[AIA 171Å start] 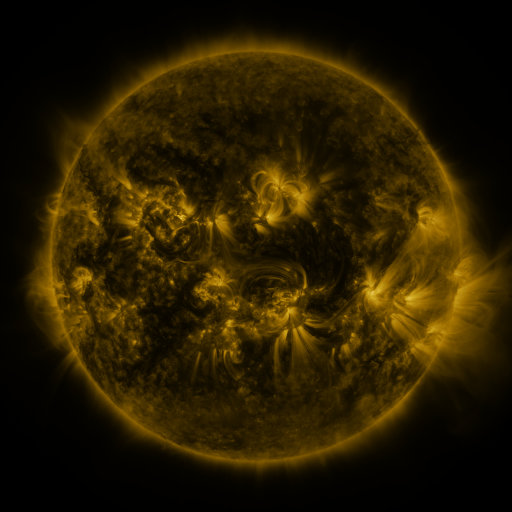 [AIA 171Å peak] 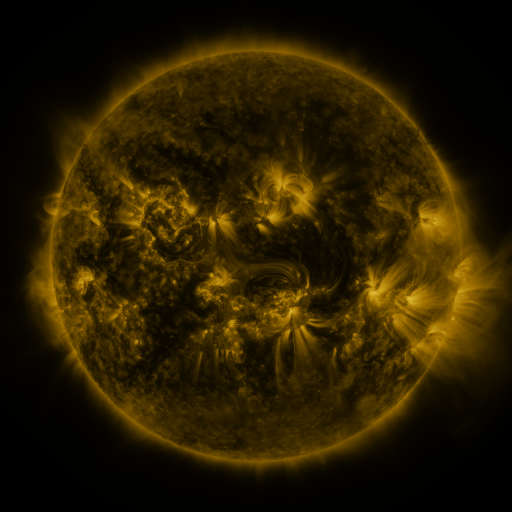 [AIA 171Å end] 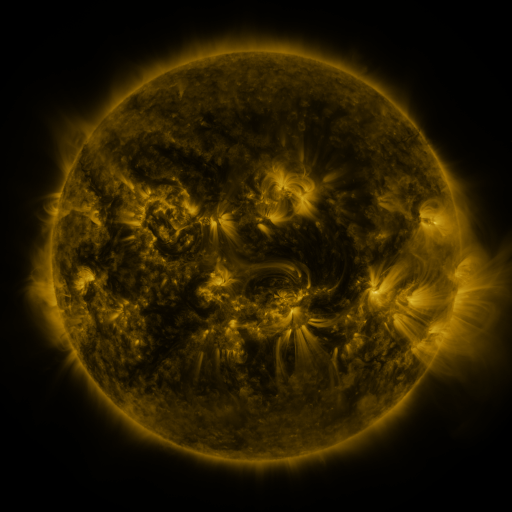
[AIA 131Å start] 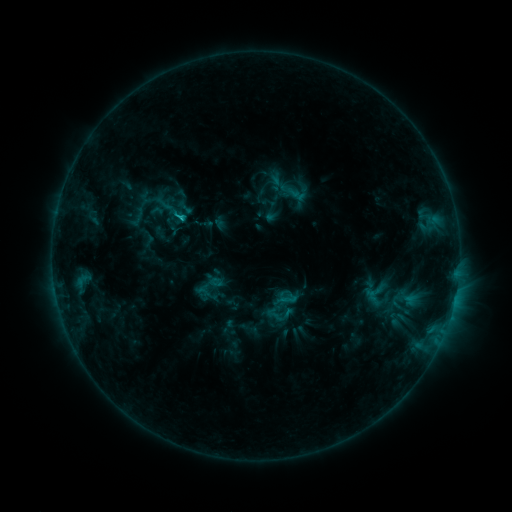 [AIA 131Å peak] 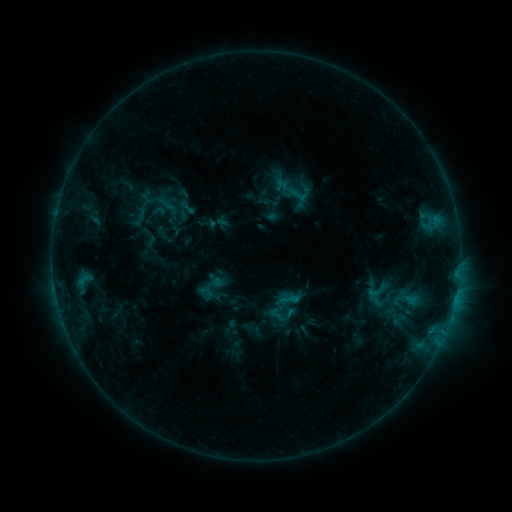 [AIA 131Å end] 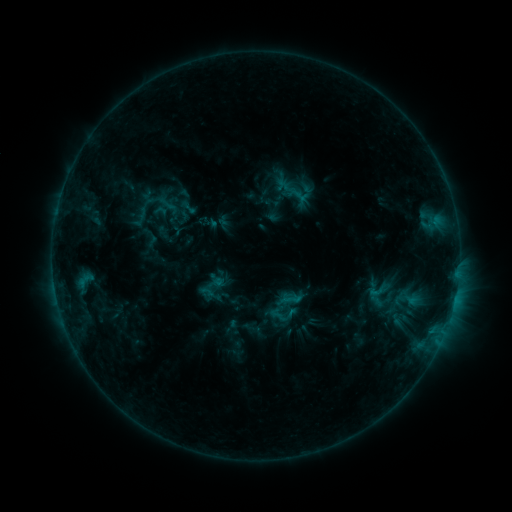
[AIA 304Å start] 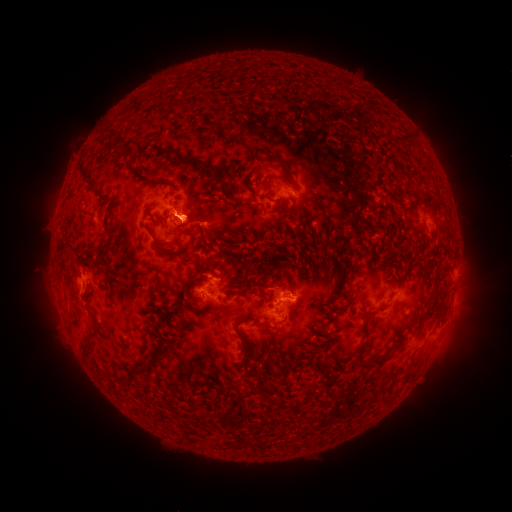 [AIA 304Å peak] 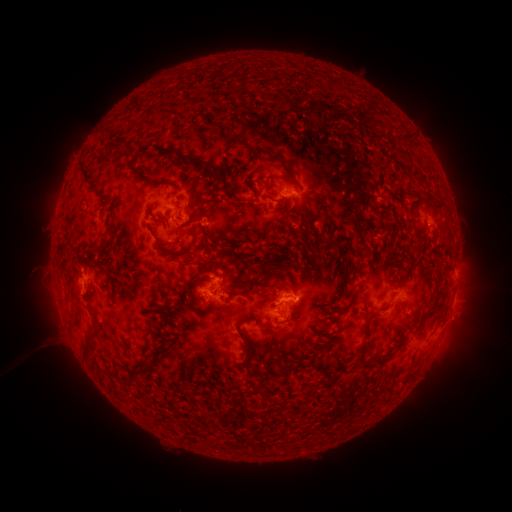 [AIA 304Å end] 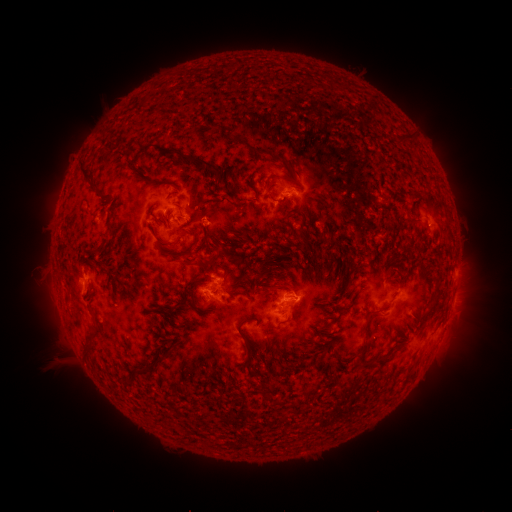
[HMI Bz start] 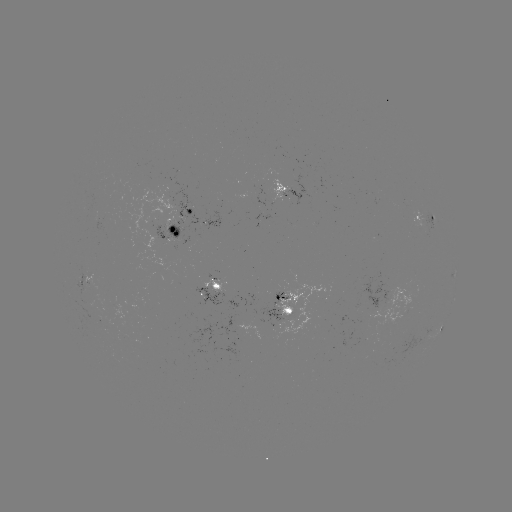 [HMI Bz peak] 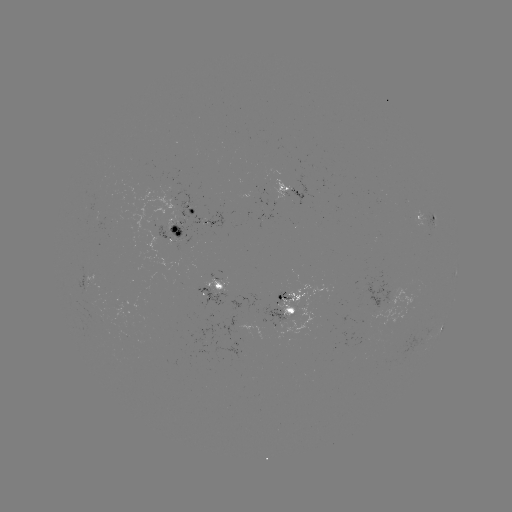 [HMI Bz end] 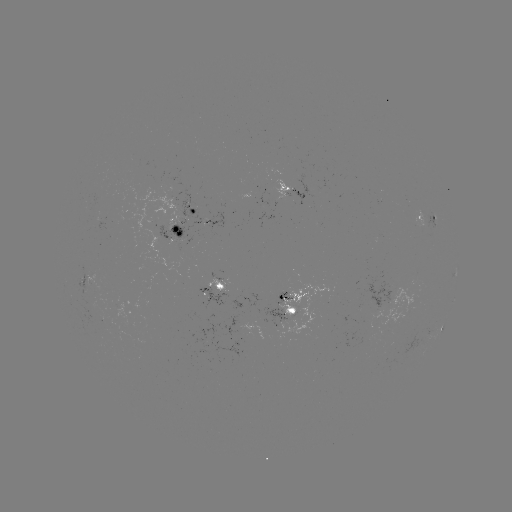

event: emerging-flux region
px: (368, 339)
